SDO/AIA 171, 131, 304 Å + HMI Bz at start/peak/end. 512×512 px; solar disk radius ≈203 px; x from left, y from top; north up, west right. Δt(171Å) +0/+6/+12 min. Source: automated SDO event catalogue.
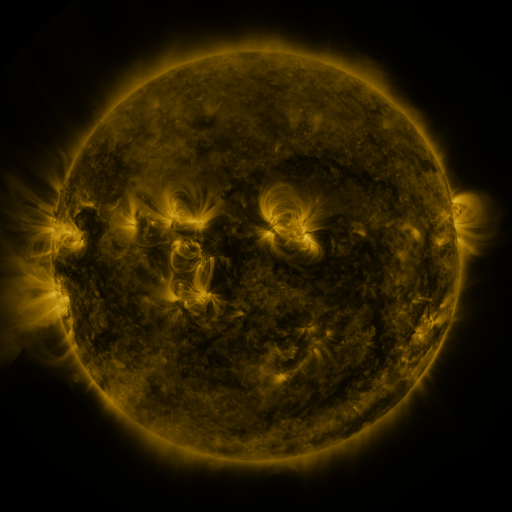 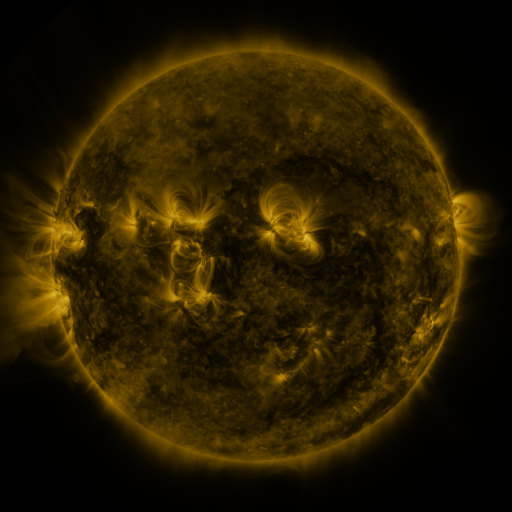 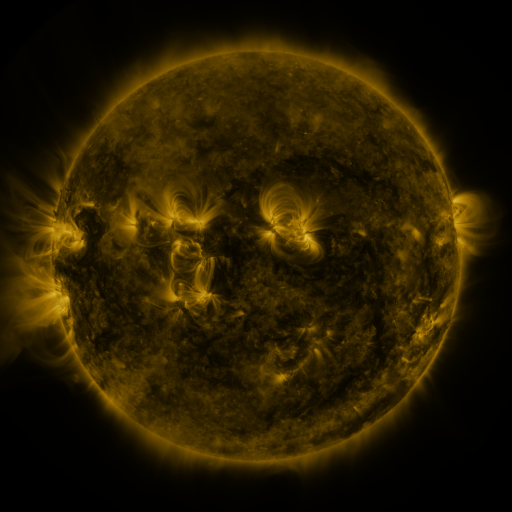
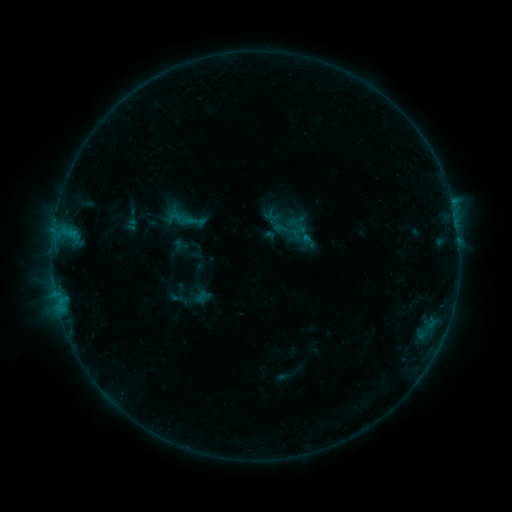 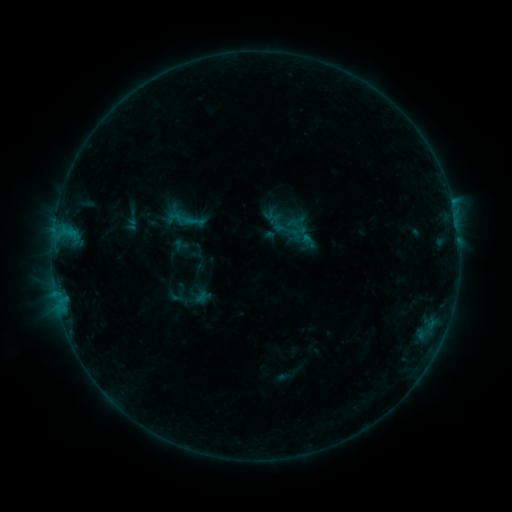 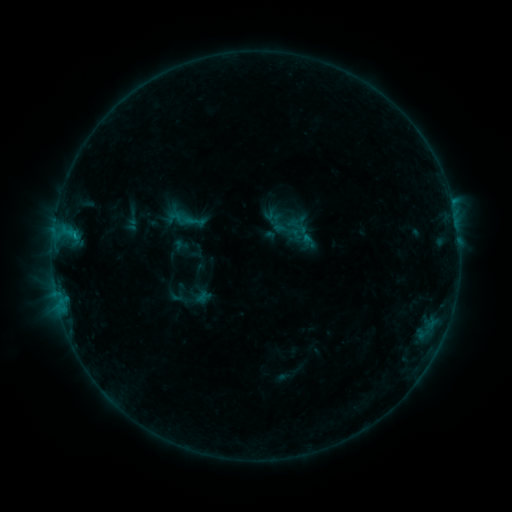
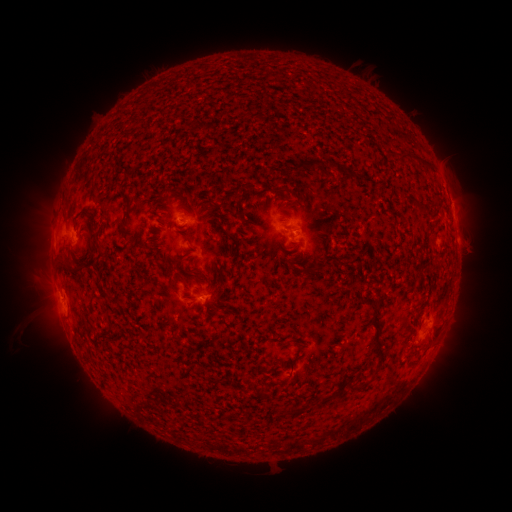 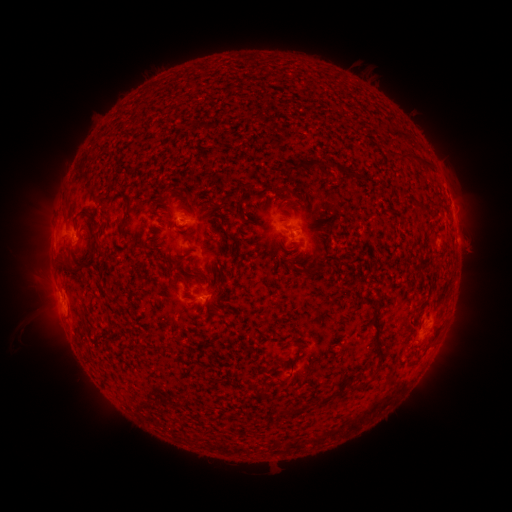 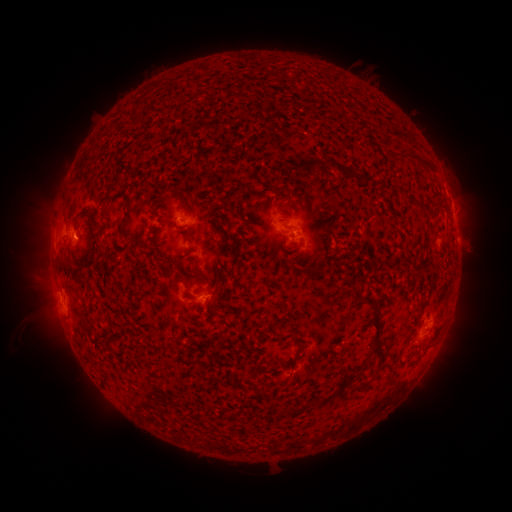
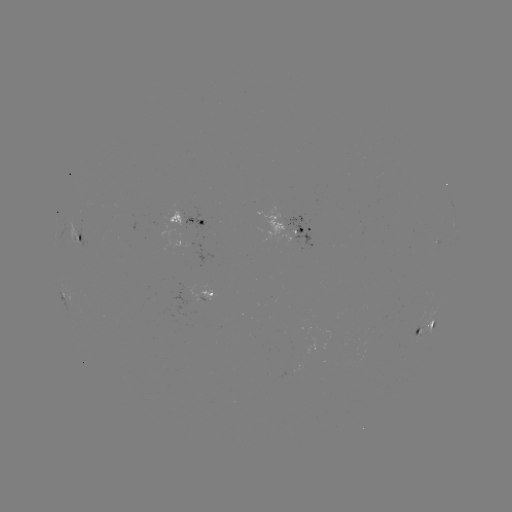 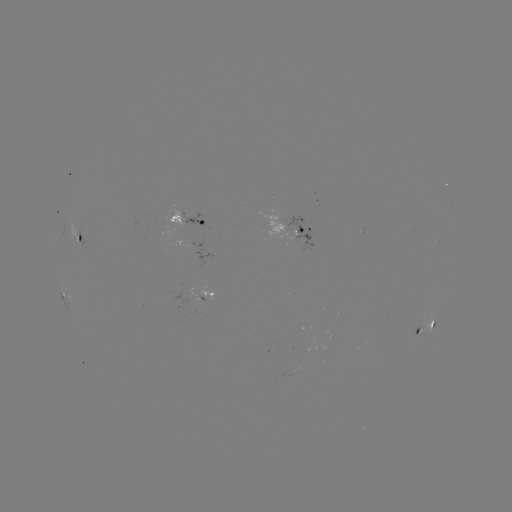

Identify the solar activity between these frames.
B4.9 flare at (421, 327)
